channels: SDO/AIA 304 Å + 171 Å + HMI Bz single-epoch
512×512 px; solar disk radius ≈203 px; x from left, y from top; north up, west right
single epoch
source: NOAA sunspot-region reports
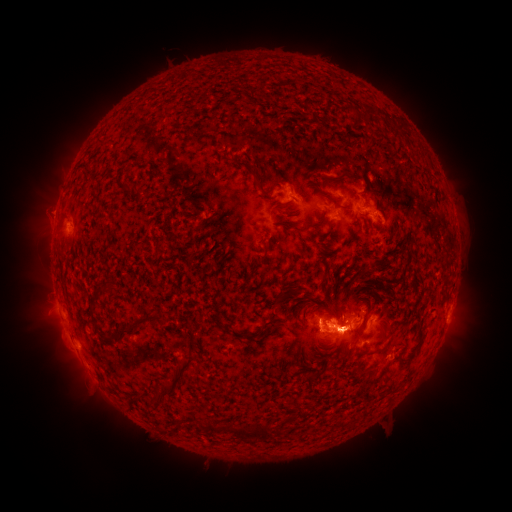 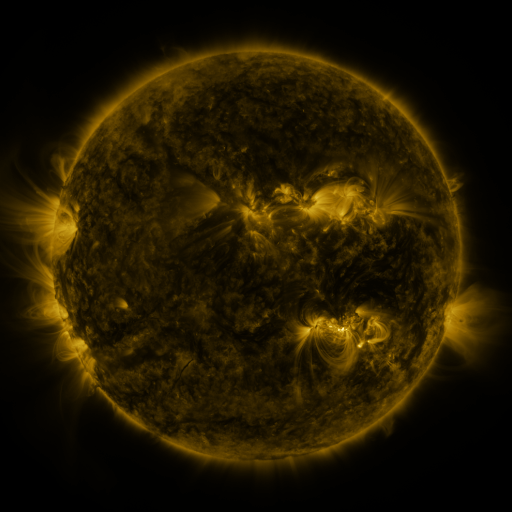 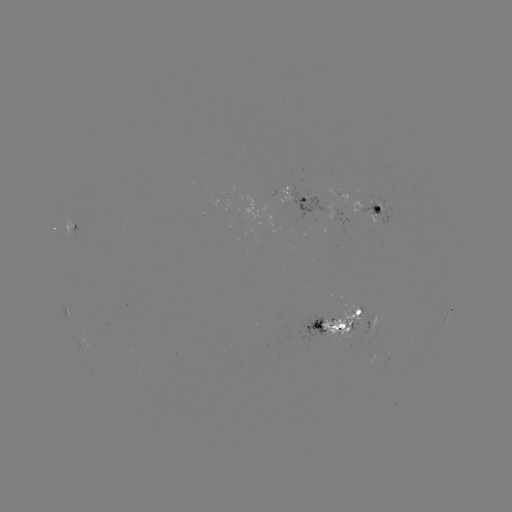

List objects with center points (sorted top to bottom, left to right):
spotted active region: (299, 200)
spotted active region: (370, 205)
spotted active region: (73, 229)
spotted active region: (64, 307)
spotted active region: (451, 309)
spotted active region: (332, 325)
